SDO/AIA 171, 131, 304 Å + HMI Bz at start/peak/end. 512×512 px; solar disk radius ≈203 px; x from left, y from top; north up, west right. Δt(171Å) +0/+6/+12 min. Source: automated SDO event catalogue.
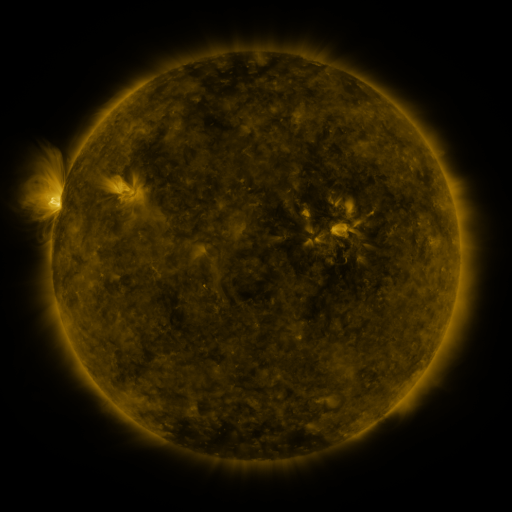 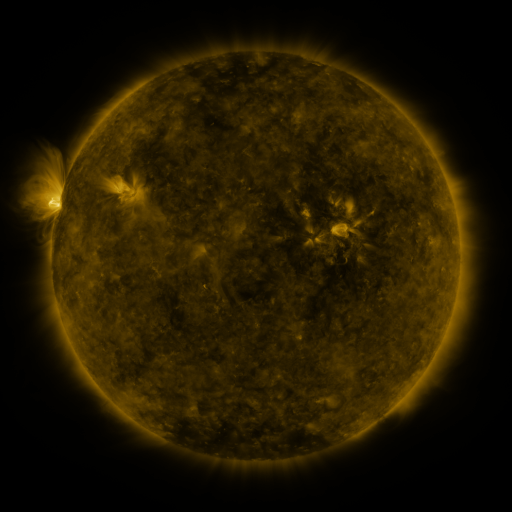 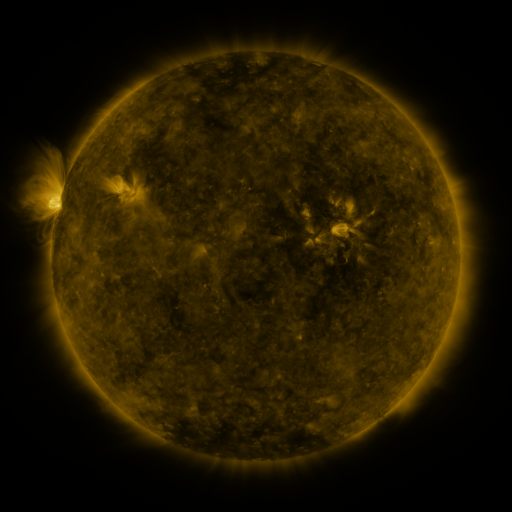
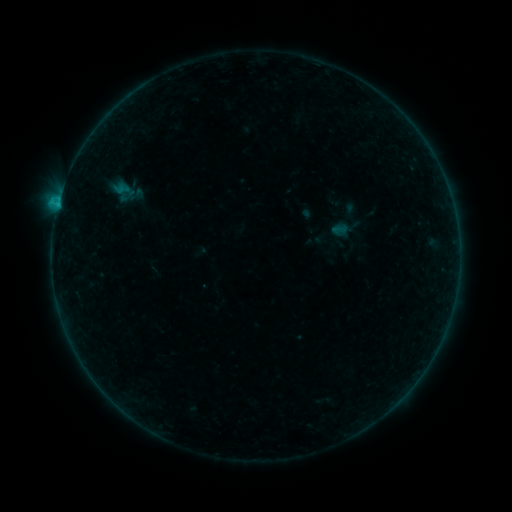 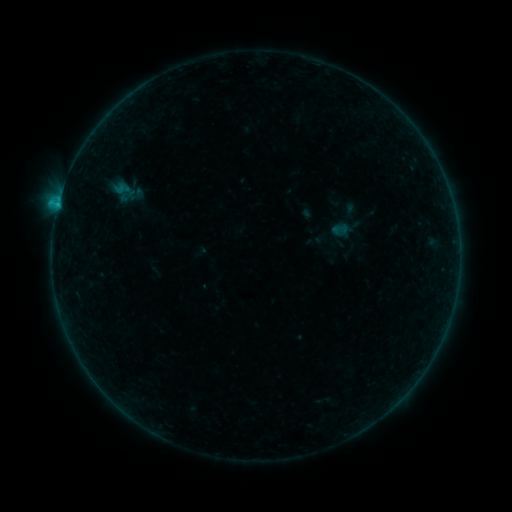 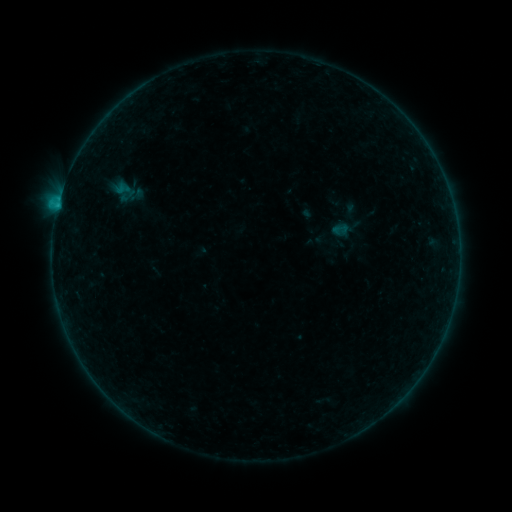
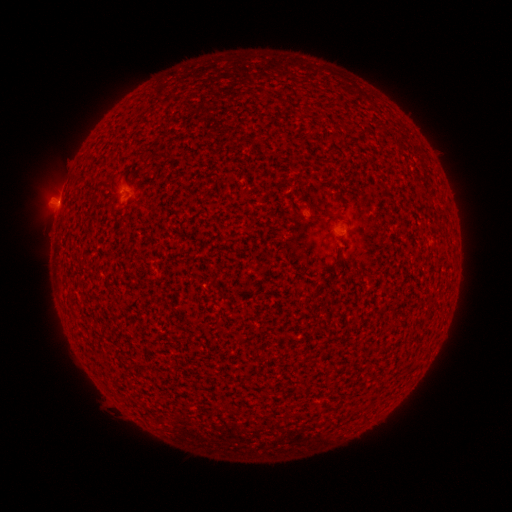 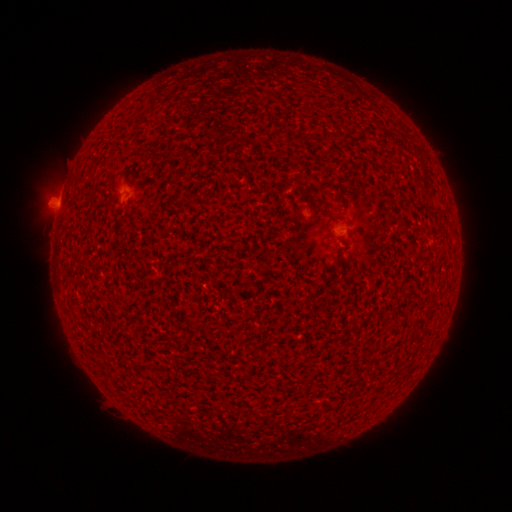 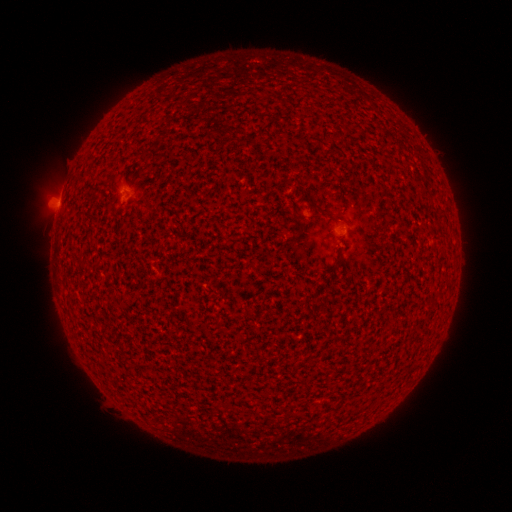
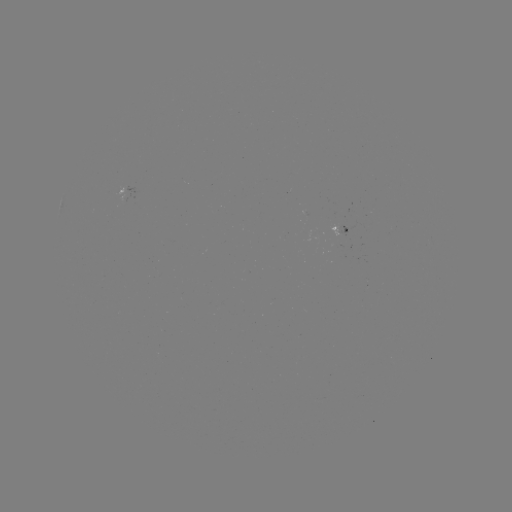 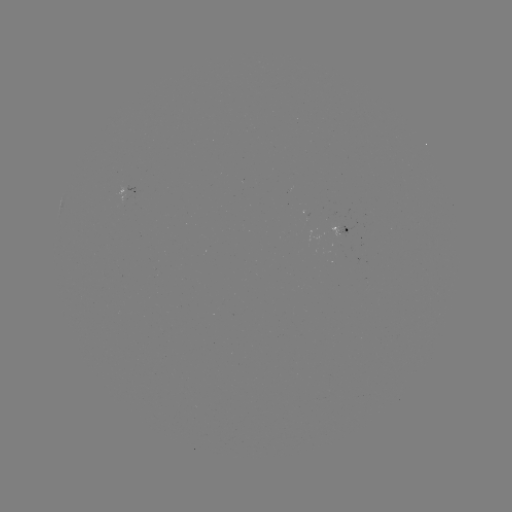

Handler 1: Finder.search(B1.0 flare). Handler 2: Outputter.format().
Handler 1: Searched B1.0 flare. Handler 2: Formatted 58,206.